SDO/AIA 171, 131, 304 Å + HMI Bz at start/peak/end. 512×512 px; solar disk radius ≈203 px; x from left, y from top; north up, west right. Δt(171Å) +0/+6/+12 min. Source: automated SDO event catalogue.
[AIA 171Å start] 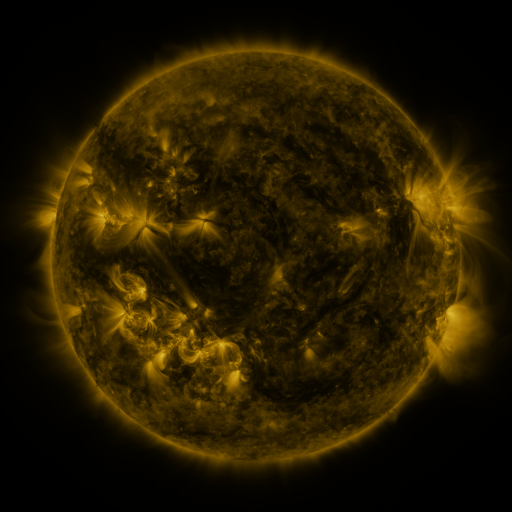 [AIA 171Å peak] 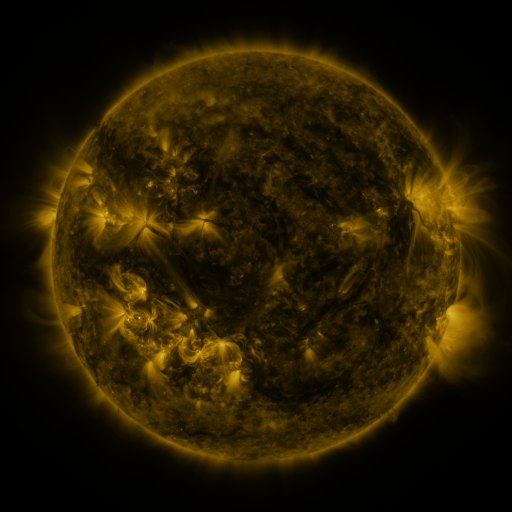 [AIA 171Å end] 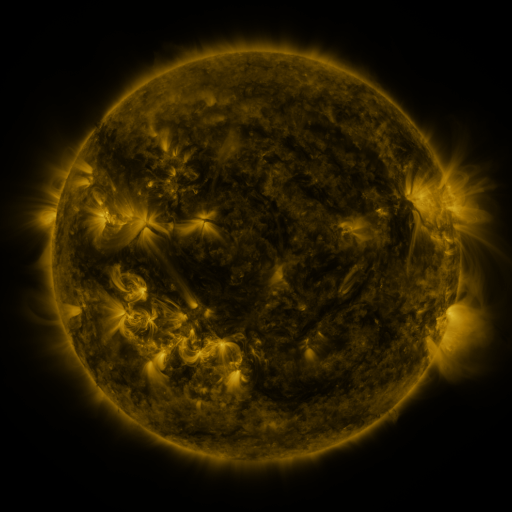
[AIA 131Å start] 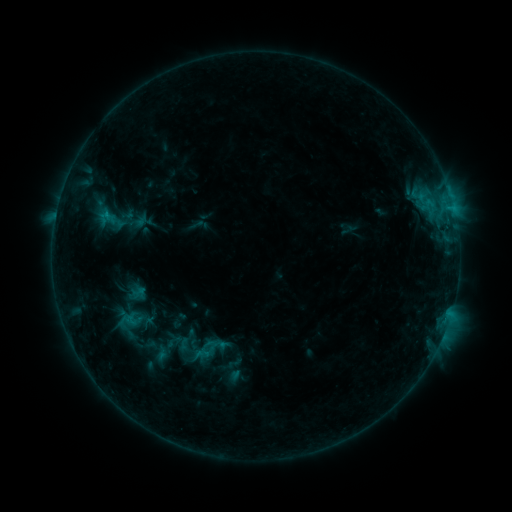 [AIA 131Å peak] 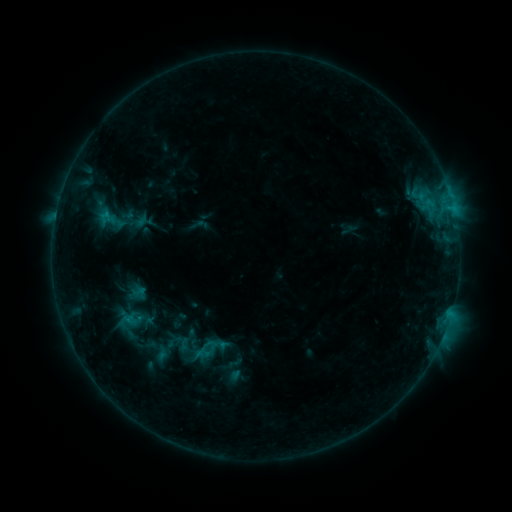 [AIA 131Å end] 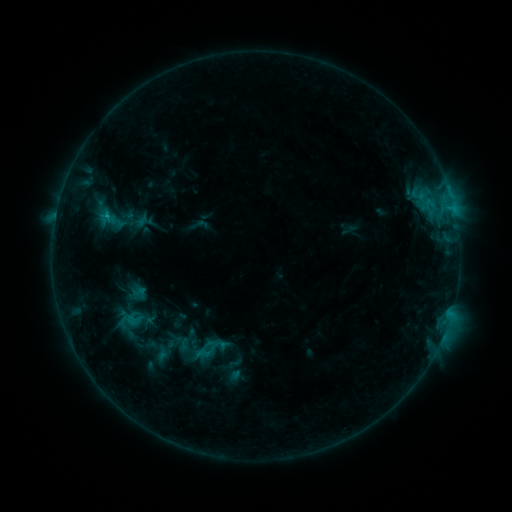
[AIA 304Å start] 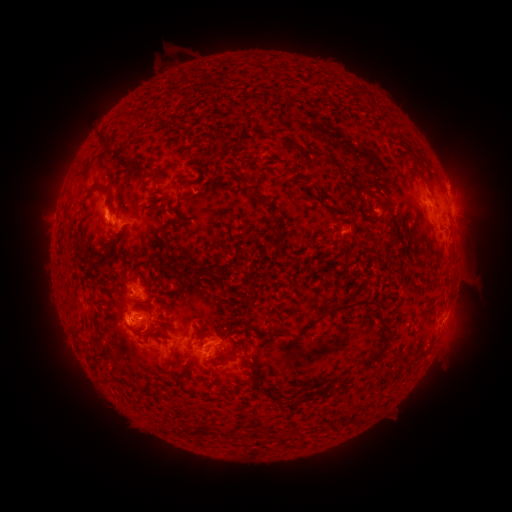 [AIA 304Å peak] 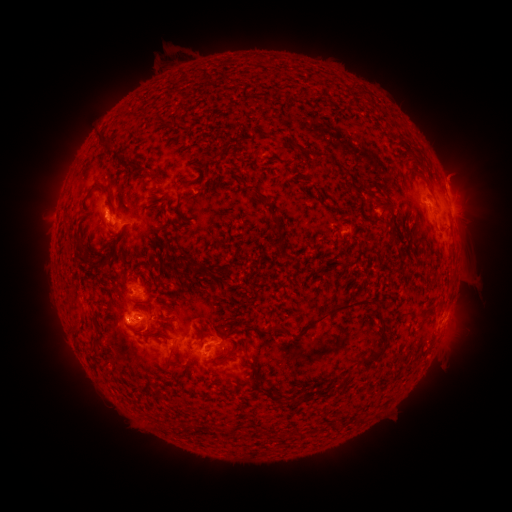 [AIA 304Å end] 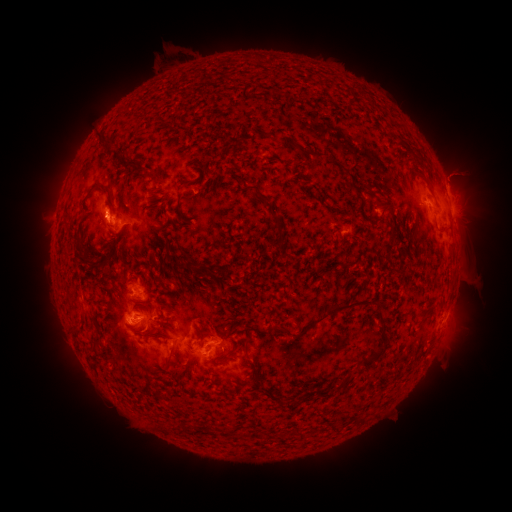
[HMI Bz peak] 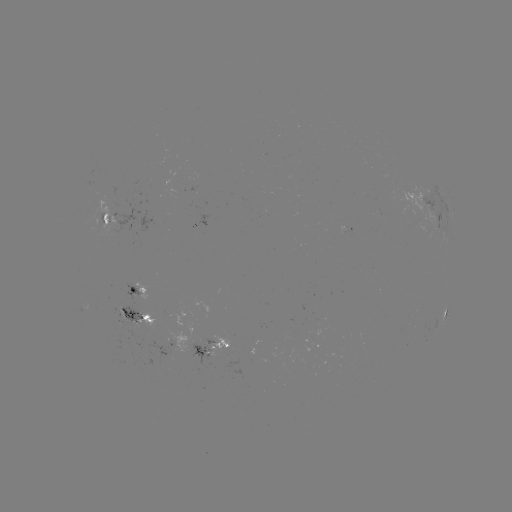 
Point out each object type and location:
C1.0 flare: (107, 218)
